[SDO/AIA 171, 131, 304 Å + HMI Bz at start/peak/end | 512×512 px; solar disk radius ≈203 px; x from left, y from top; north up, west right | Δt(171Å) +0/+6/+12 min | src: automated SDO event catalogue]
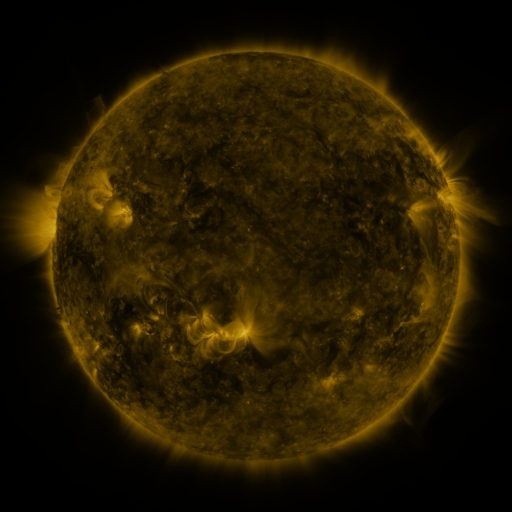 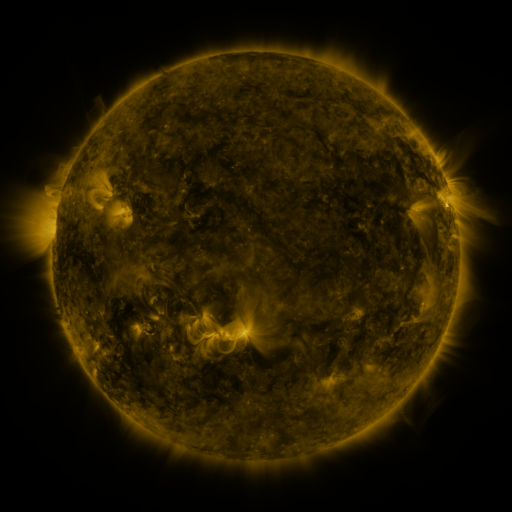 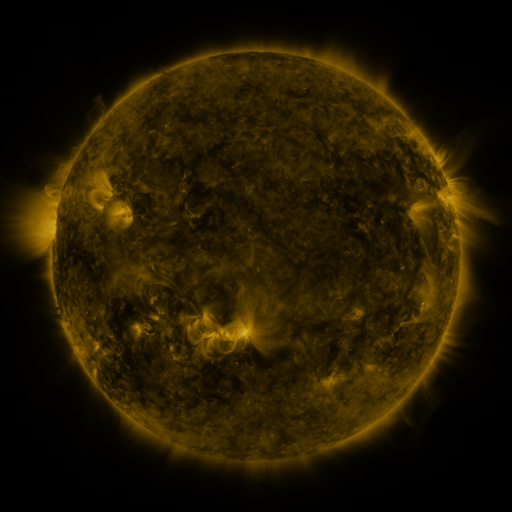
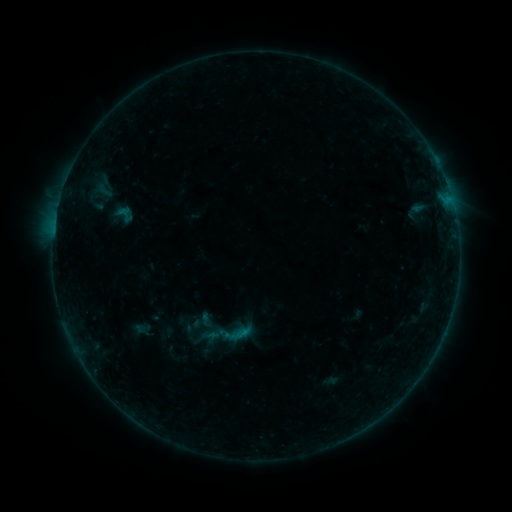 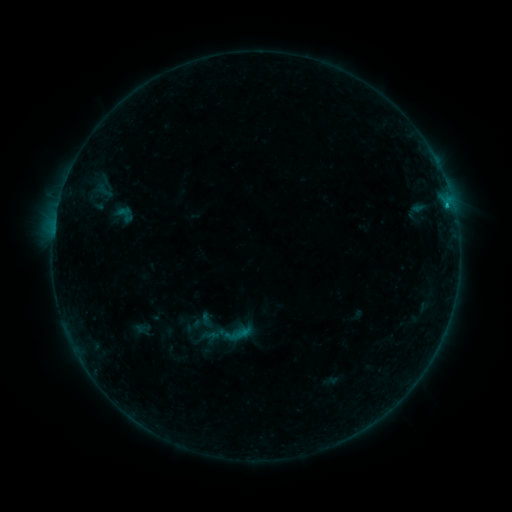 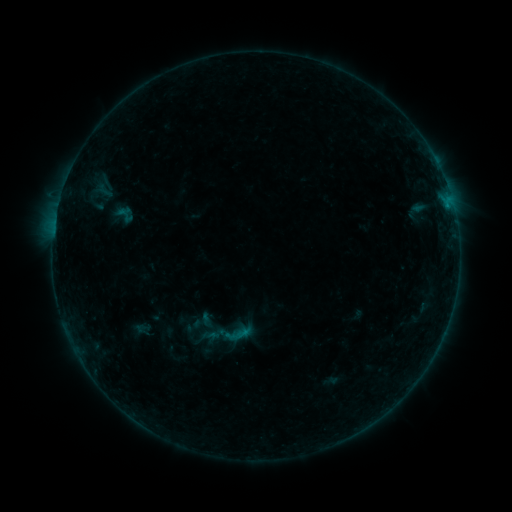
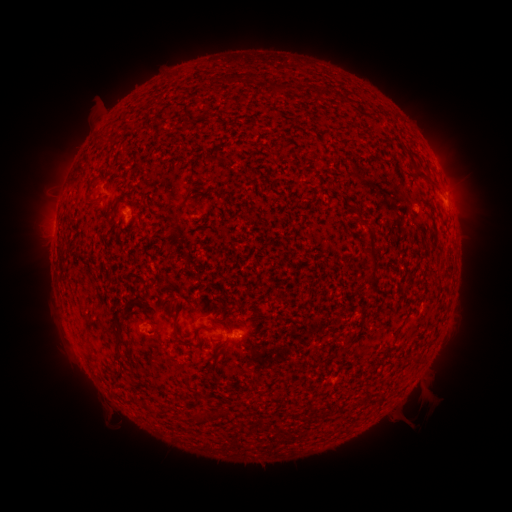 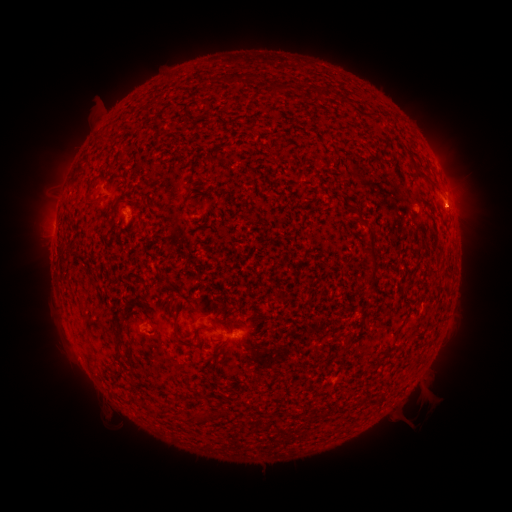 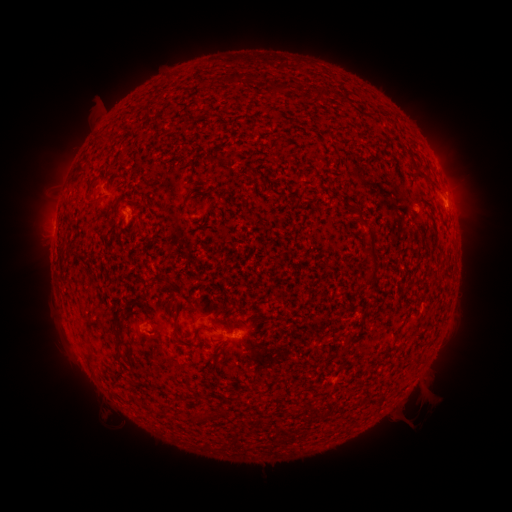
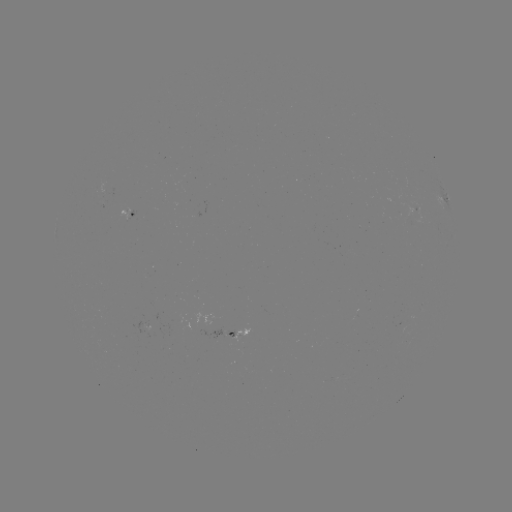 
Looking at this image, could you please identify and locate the B4.2 flare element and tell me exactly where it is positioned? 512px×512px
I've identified B4.2 flare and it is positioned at [446, 206].